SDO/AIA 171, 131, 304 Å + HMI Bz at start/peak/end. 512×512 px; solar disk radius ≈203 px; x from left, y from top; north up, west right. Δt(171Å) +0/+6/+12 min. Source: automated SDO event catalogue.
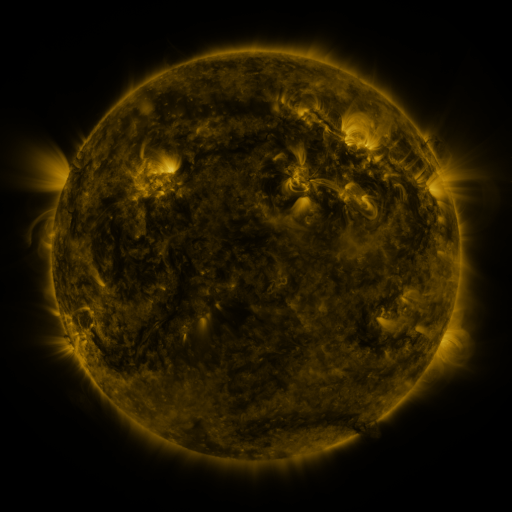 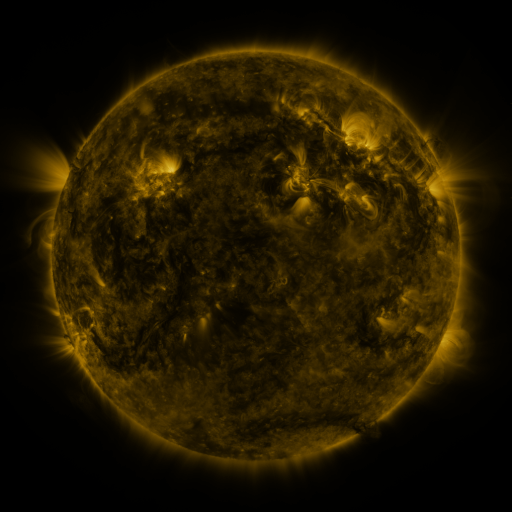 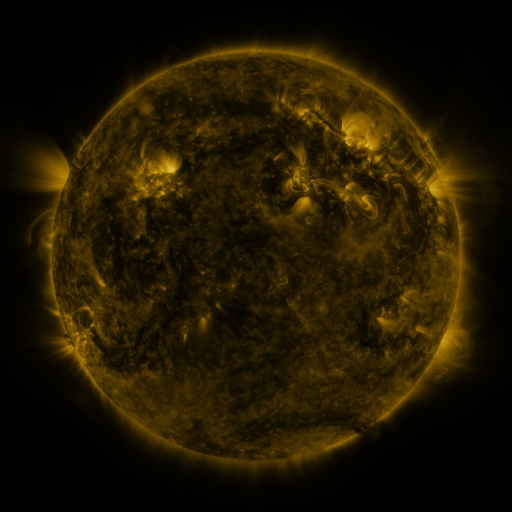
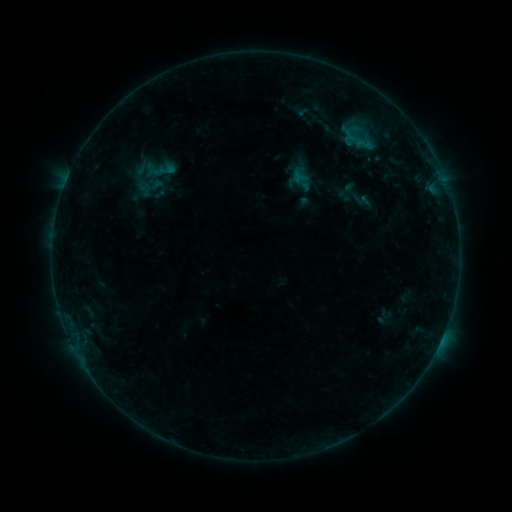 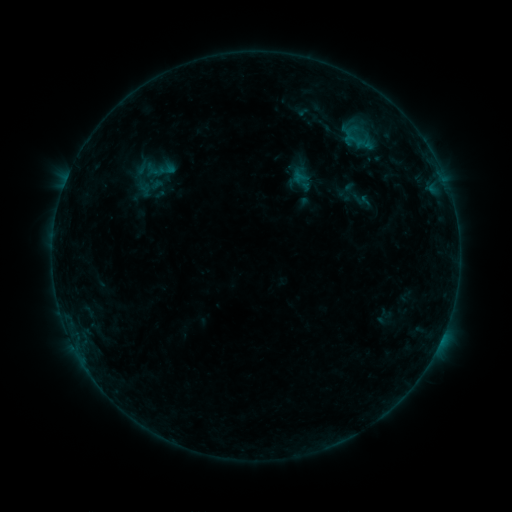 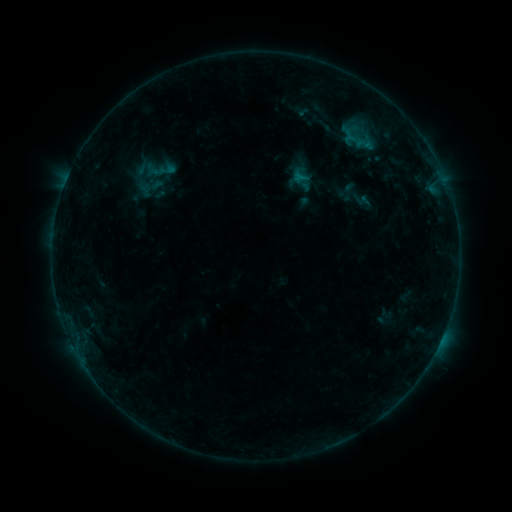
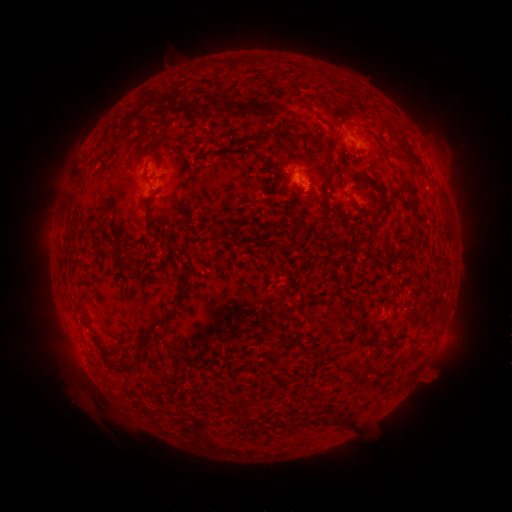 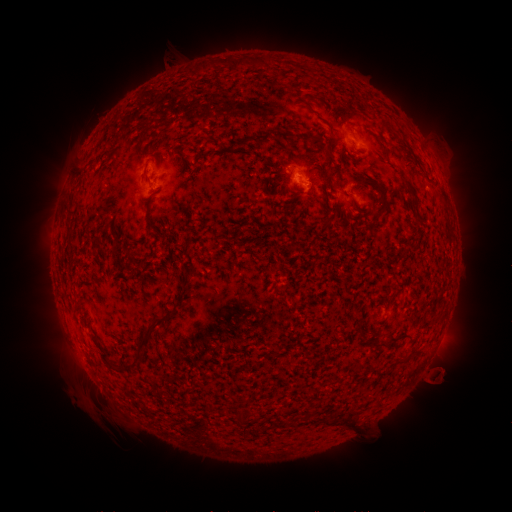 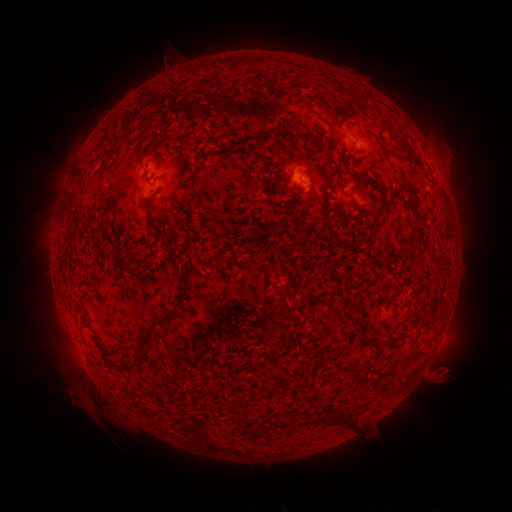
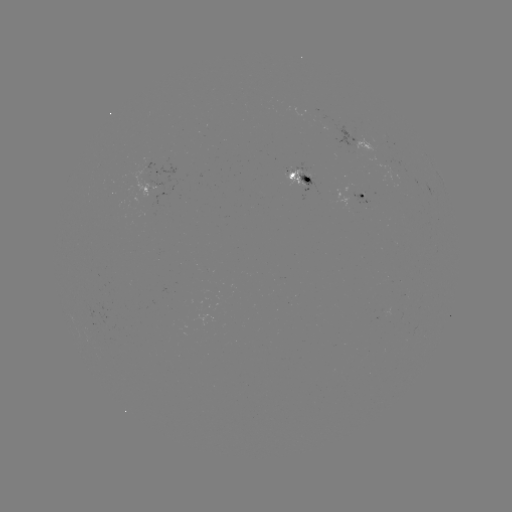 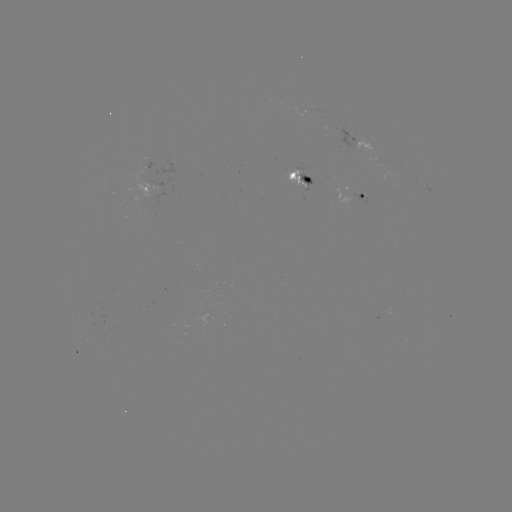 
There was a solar eruption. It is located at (441, 374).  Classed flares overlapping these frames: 1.